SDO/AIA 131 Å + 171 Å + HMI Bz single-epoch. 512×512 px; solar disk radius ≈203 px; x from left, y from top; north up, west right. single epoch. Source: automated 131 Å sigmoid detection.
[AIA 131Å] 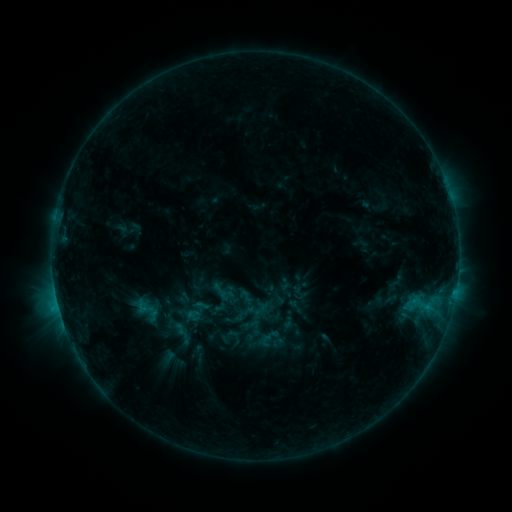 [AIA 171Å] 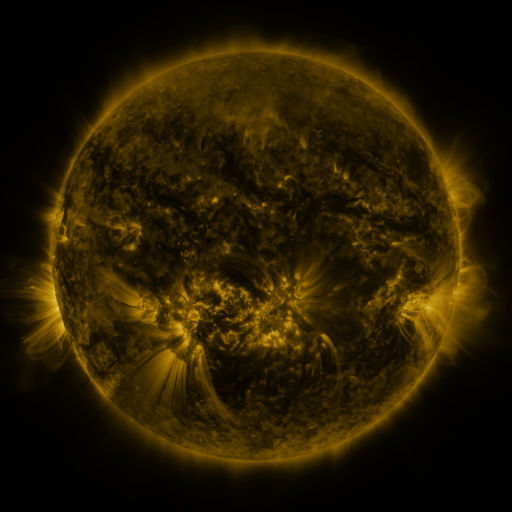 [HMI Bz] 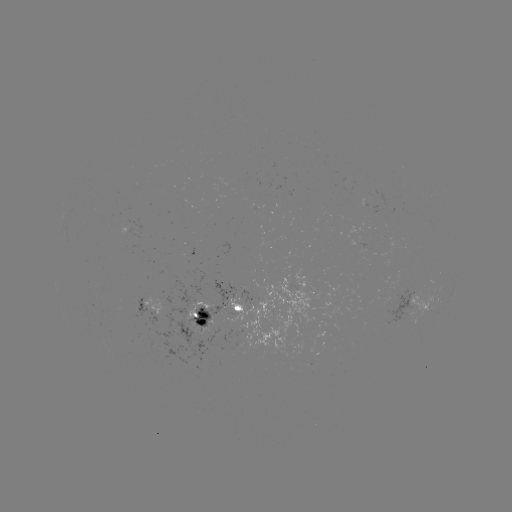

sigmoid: <bbox>259, 333, 274, 348</bbox>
